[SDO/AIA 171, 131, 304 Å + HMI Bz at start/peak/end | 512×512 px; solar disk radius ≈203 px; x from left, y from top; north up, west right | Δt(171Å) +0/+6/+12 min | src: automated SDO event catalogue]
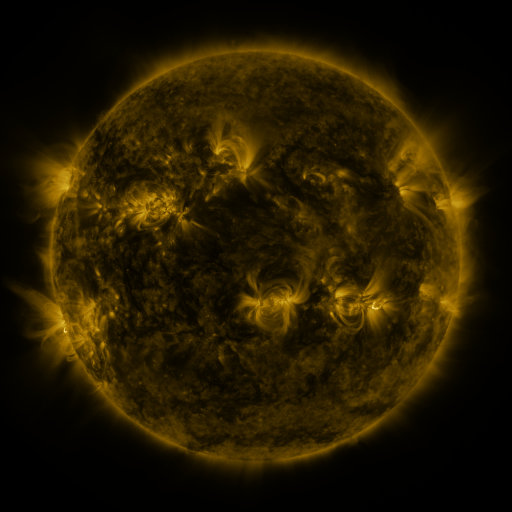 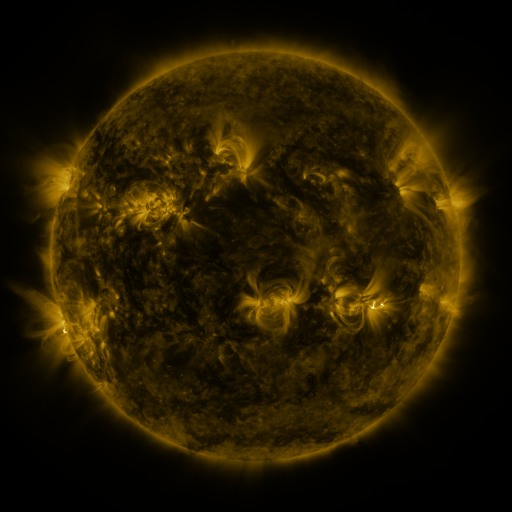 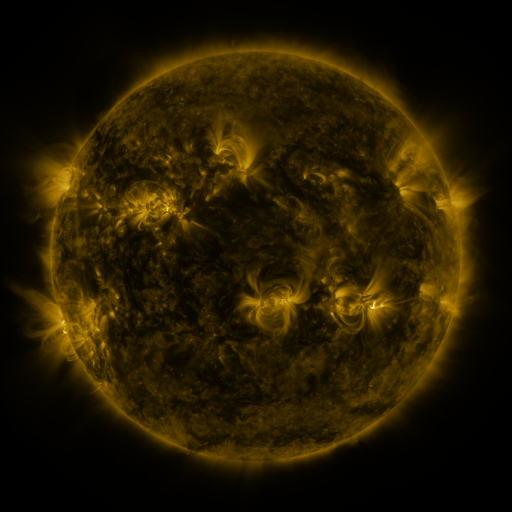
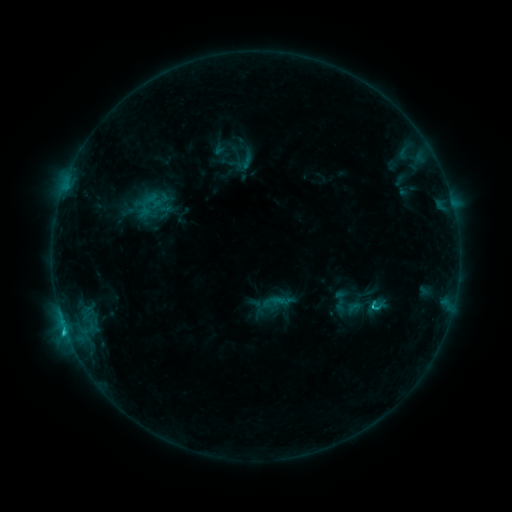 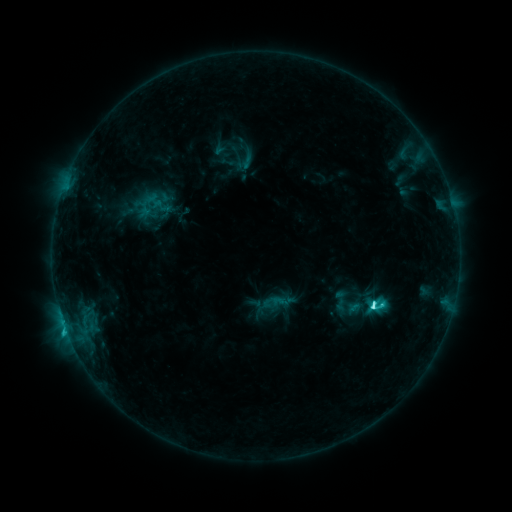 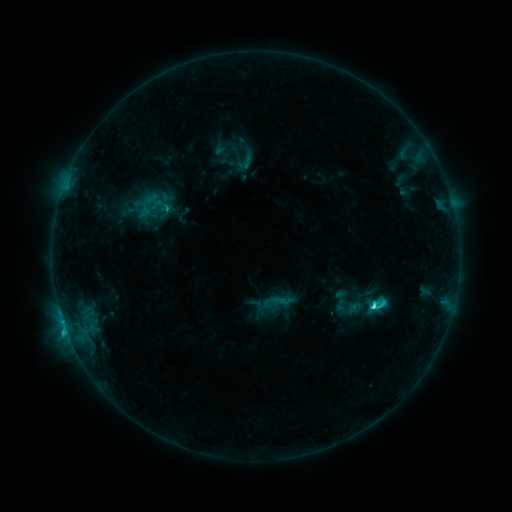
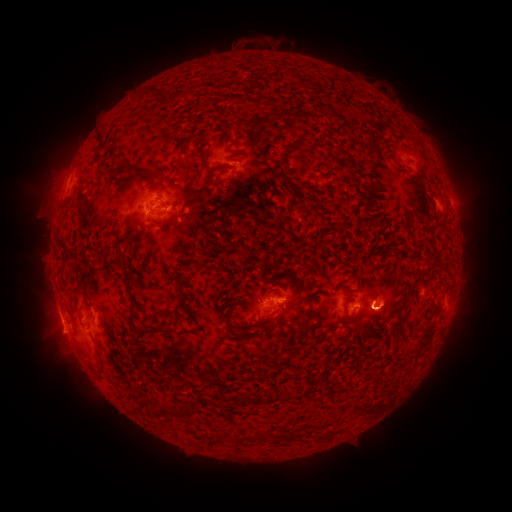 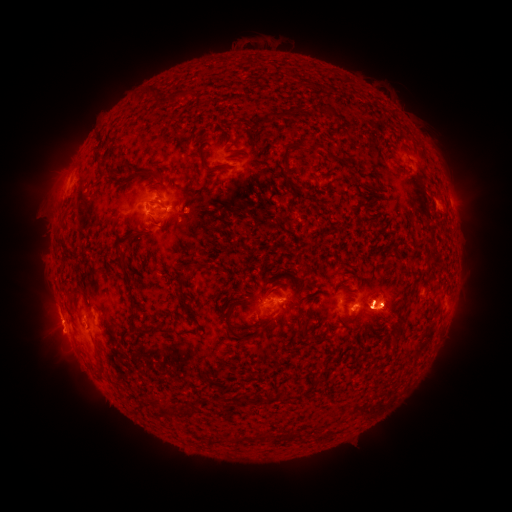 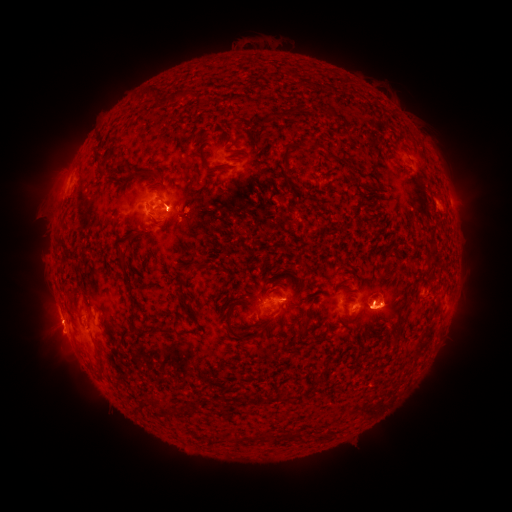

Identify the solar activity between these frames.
C4.4 flare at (373, 303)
